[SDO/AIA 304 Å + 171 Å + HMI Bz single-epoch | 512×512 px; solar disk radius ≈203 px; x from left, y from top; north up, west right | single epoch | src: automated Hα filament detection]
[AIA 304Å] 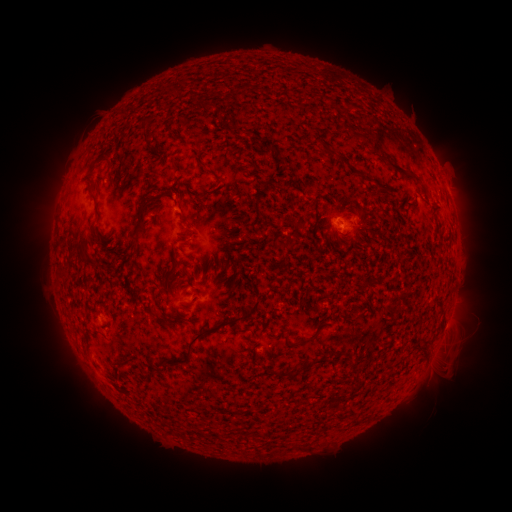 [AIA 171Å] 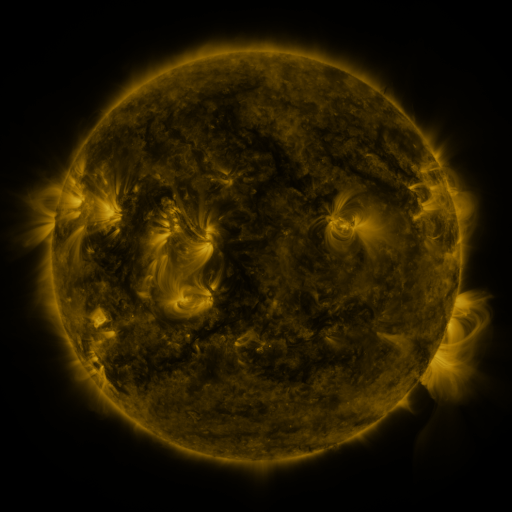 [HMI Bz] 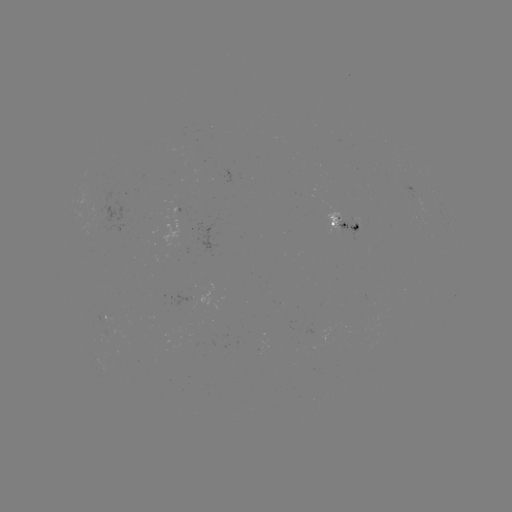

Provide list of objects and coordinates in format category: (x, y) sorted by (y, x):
filament: (361, 136)
filament: (330, 153)
filament: (343, 161)
filament: (396, 169)
filament: (416, 179)
filament: (96, 199)
filament: (142, 215)
filament: (297, 224)
filament: (99, 230)
filament: (137, 239)
filament: (284, 246)
filament: (87, 259)
filament: (152, 309)
filament: (207, 329)
filament: (300, 342)
filament: (122, 361)
filament: (285, 374)
